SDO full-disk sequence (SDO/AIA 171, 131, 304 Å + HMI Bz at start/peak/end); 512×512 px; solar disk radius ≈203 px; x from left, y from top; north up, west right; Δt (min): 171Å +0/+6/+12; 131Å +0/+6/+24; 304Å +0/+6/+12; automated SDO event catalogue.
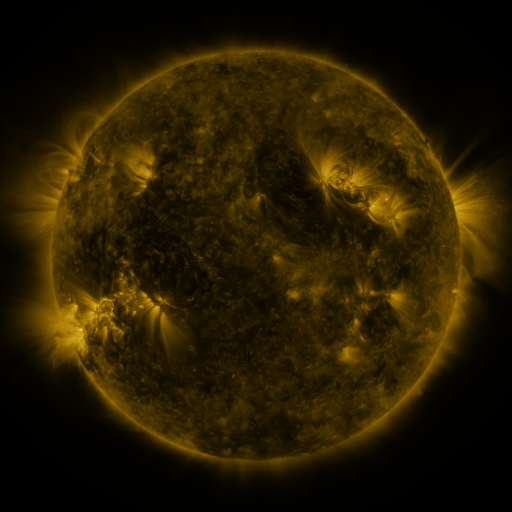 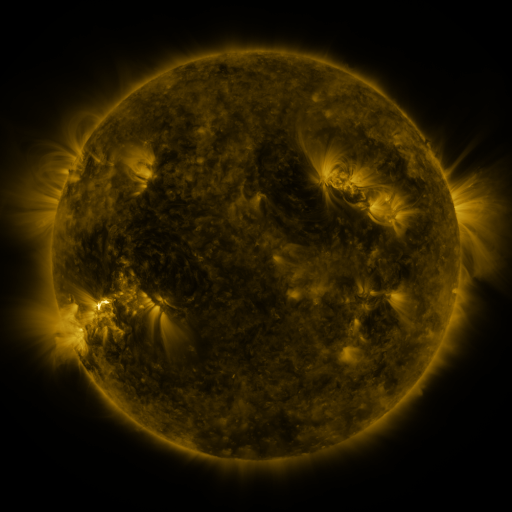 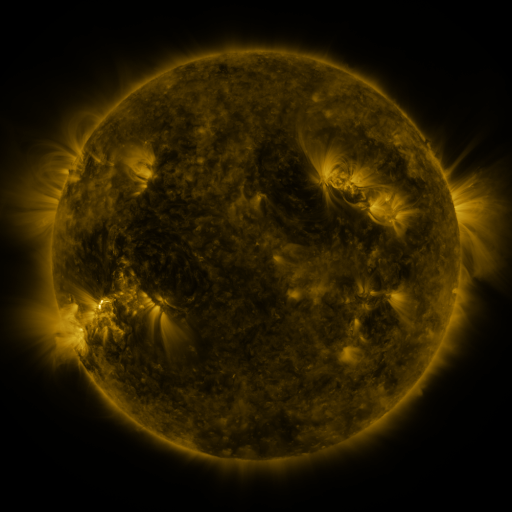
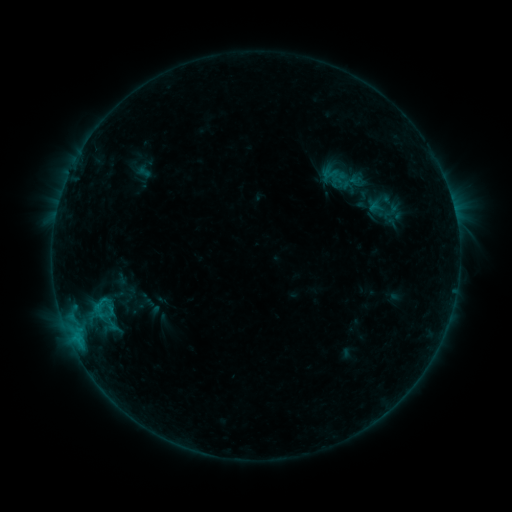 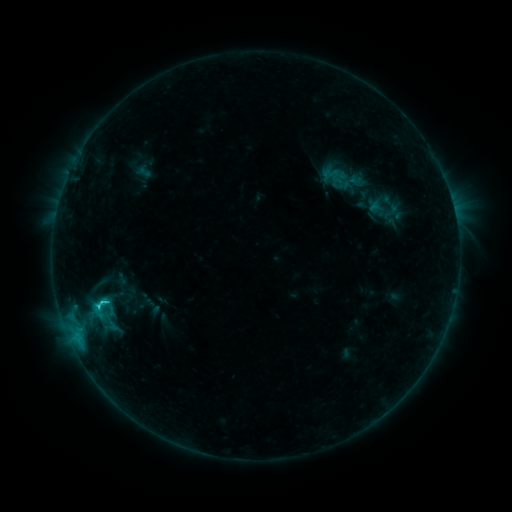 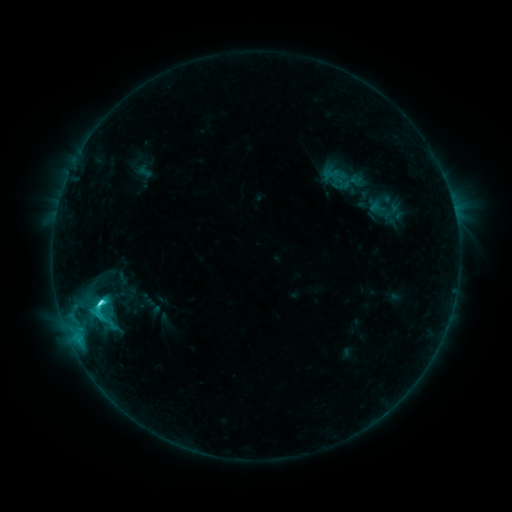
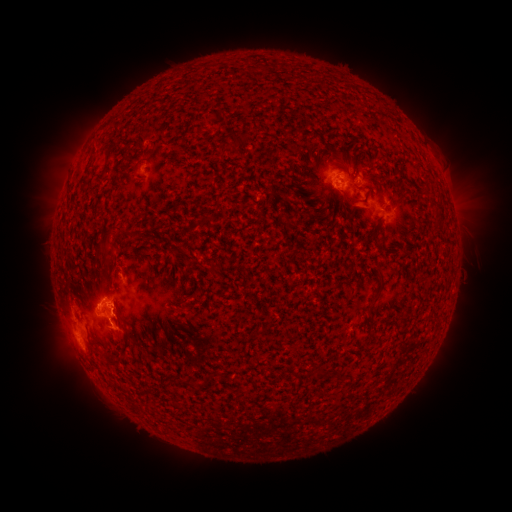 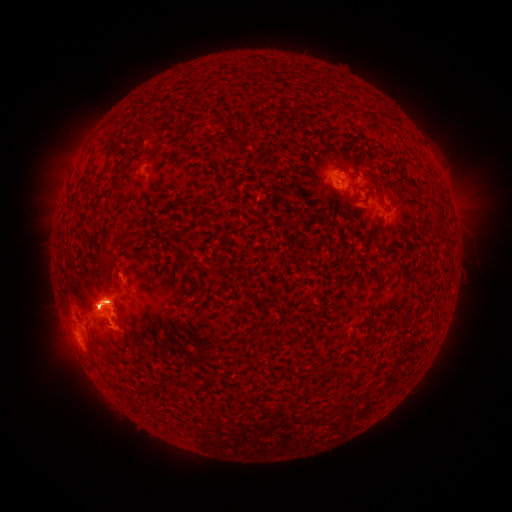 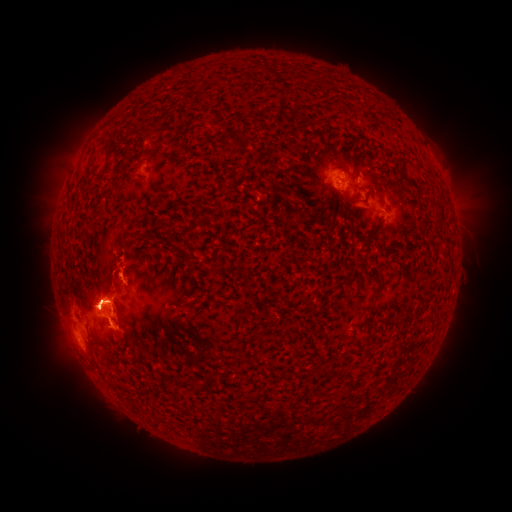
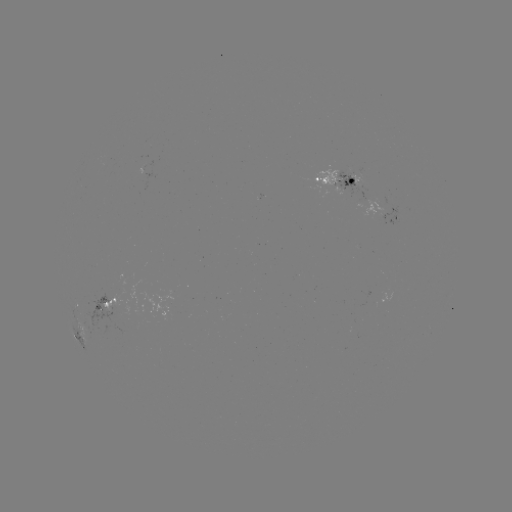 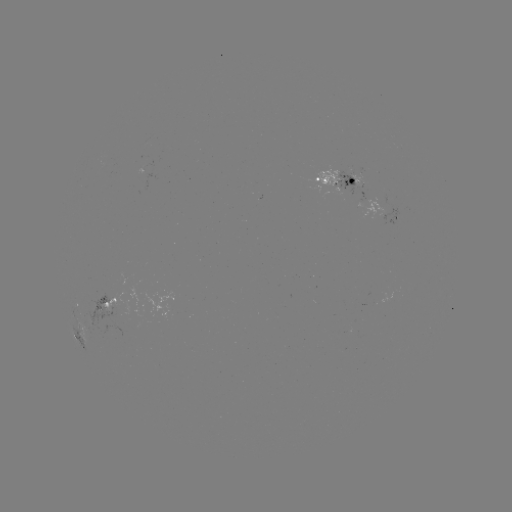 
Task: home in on eruption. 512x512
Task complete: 78,144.